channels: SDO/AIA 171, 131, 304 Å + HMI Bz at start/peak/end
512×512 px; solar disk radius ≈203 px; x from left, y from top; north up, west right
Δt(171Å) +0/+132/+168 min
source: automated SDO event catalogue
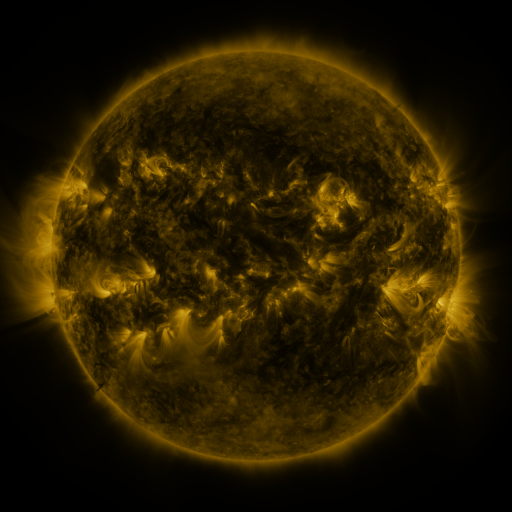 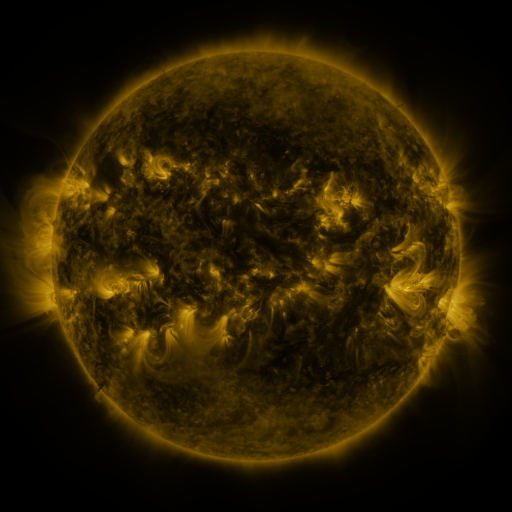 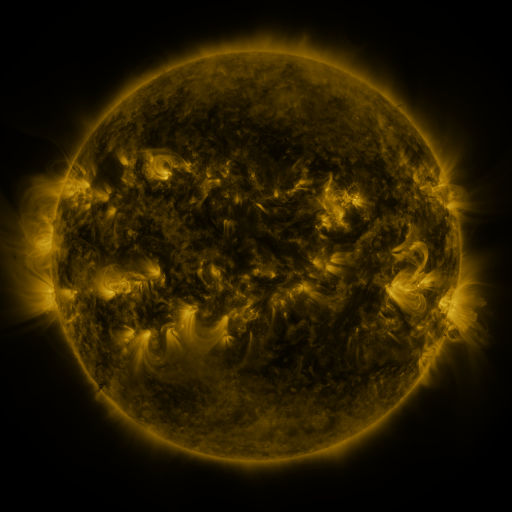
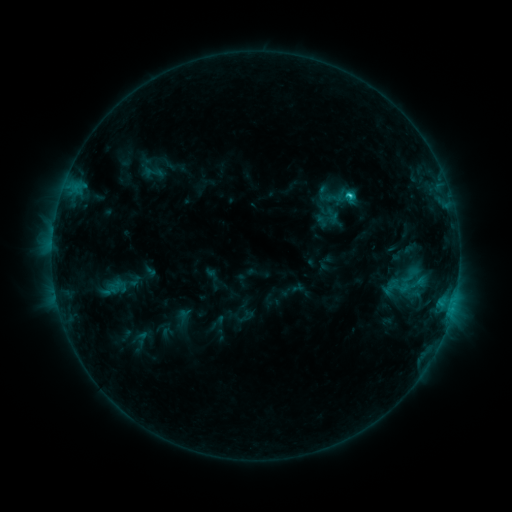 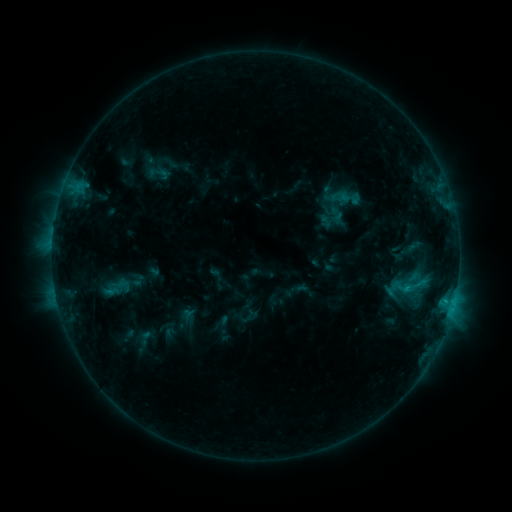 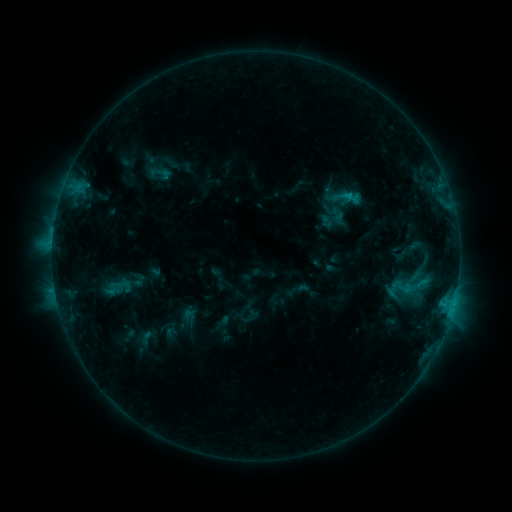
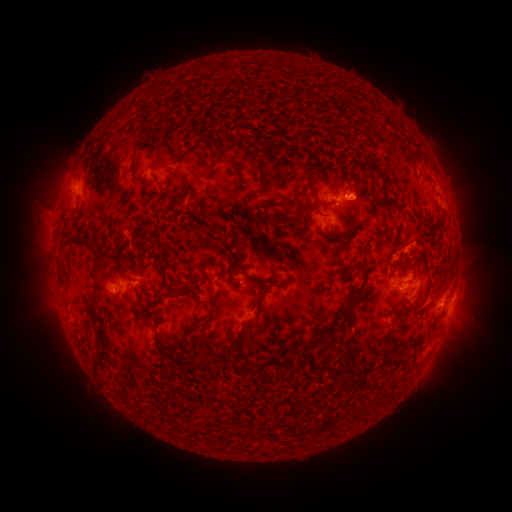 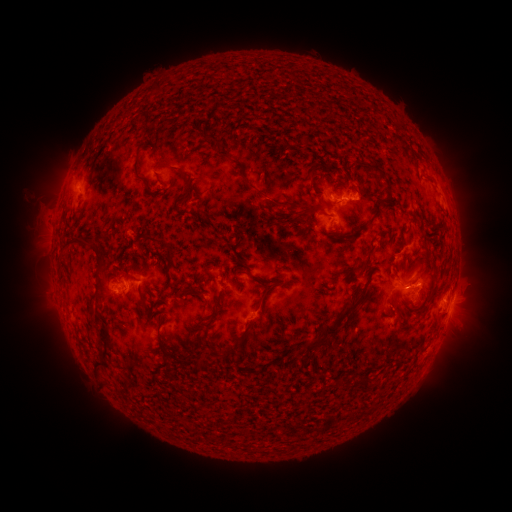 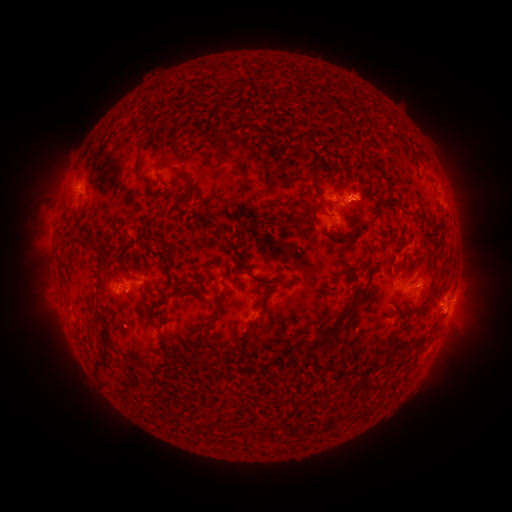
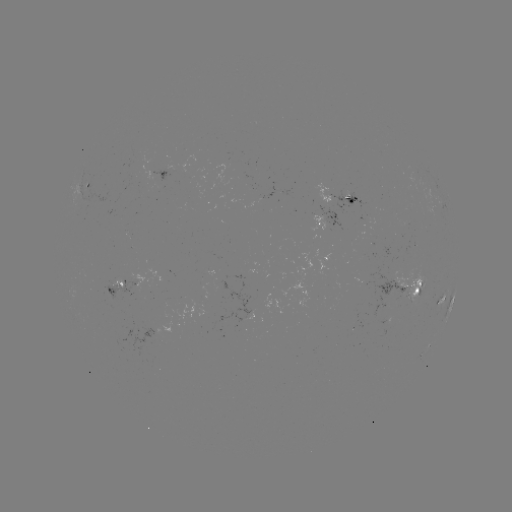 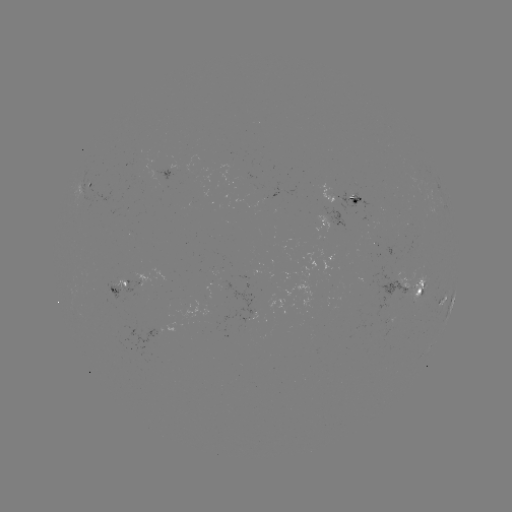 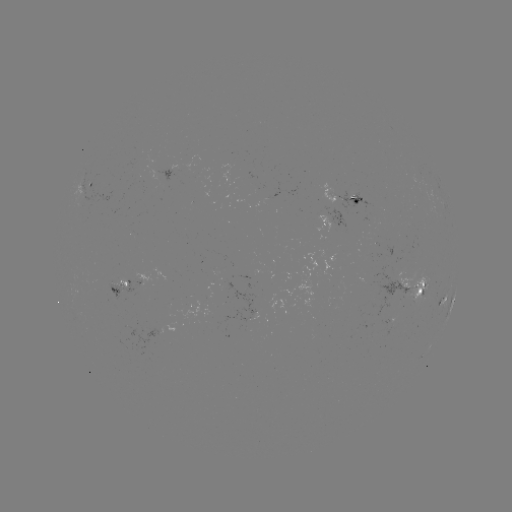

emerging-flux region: <bbox>357, 277, 369, 287</bbox>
